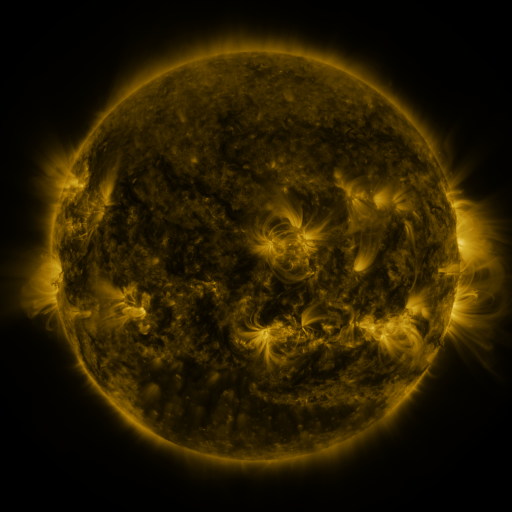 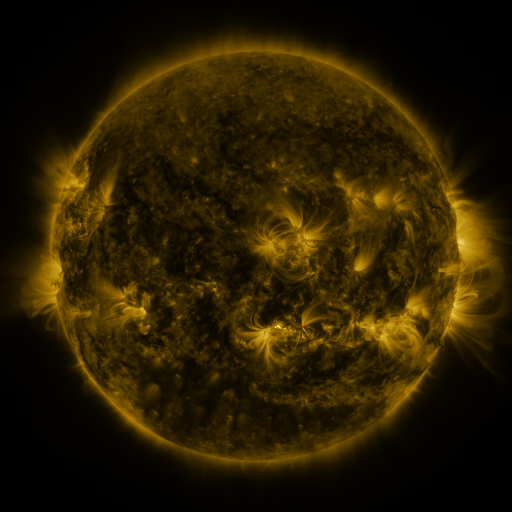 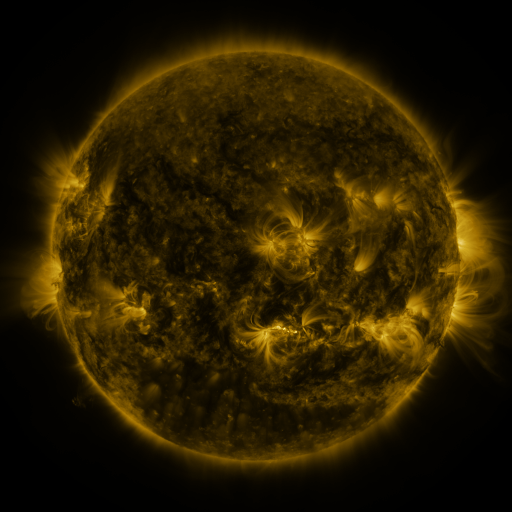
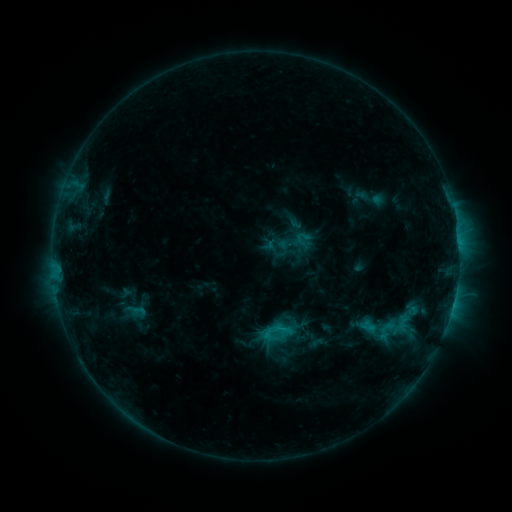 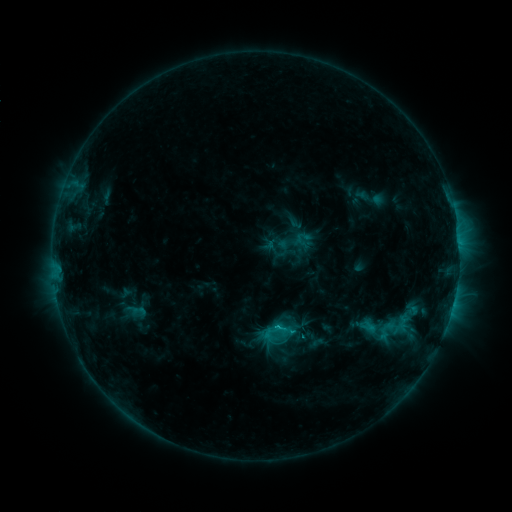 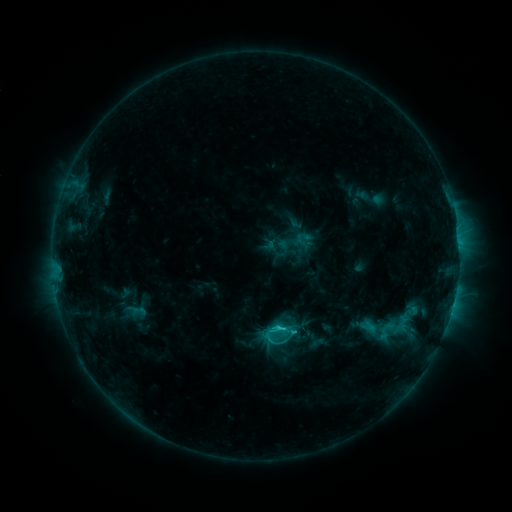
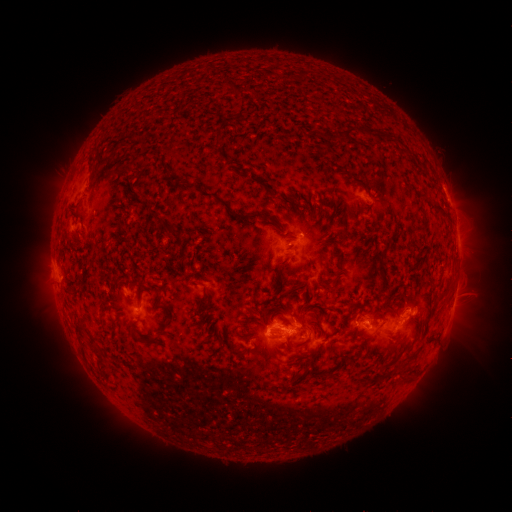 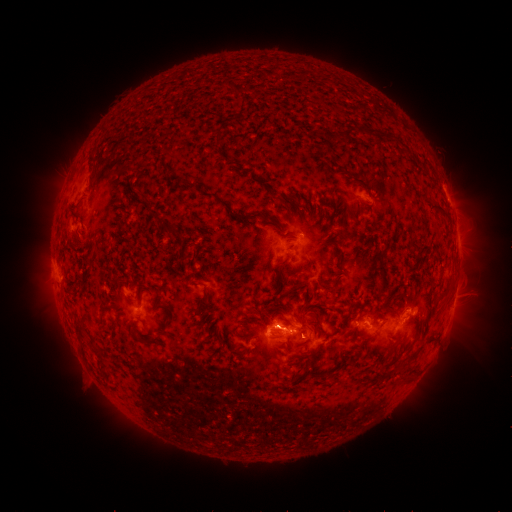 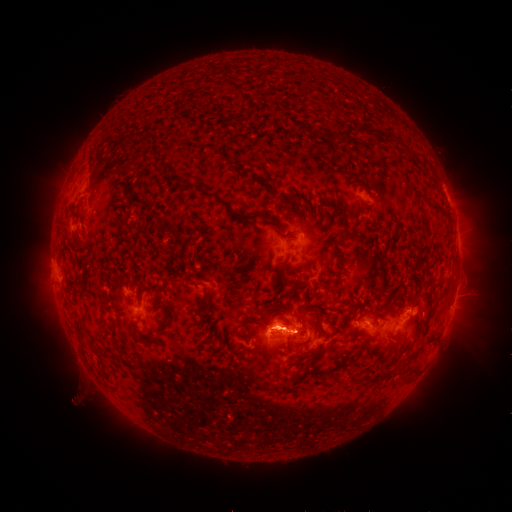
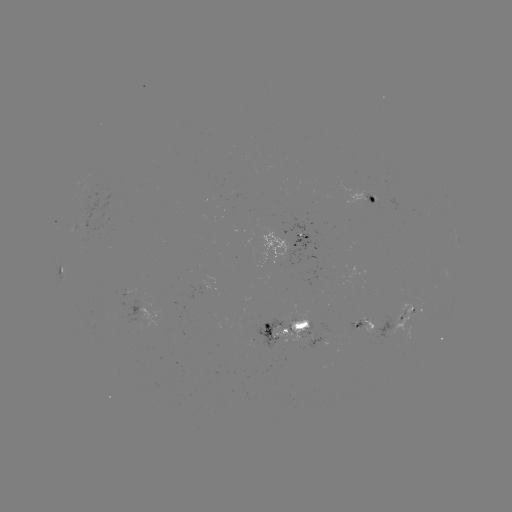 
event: flare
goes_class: C2.5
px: (276, 324)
